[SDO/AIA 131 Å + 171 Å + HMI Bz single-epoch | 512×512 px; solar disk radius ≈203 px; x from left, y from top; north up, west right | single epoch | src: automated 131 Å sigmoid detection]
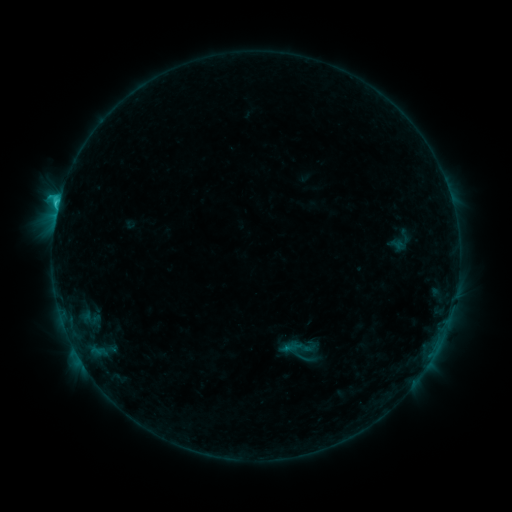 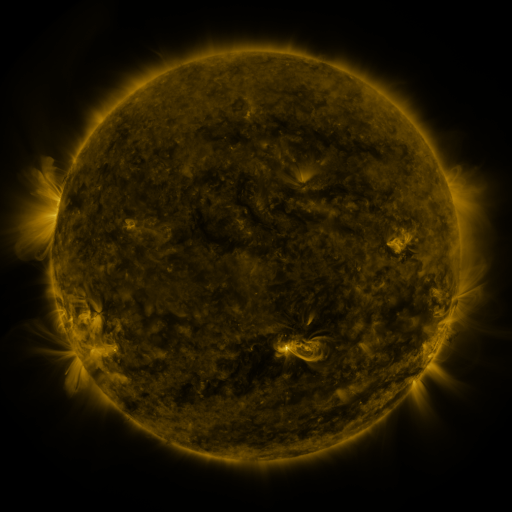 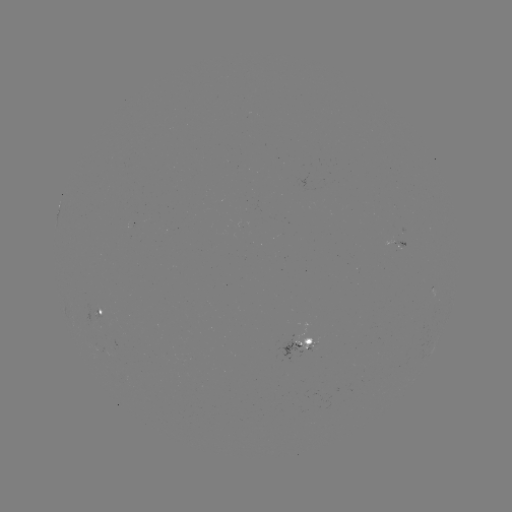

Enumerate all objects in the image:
sigmoid: <bbox>294, 338, 314, 359</bbox>
sigmoid: <bbox>295, 346, 324, 376</bbox>
